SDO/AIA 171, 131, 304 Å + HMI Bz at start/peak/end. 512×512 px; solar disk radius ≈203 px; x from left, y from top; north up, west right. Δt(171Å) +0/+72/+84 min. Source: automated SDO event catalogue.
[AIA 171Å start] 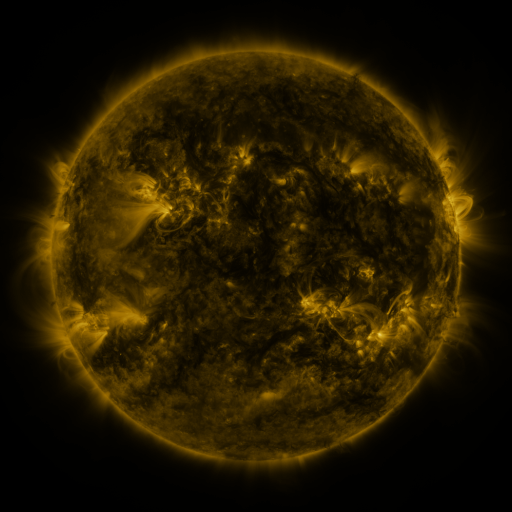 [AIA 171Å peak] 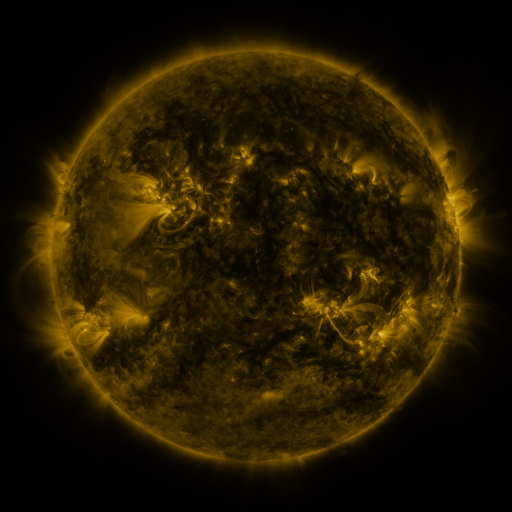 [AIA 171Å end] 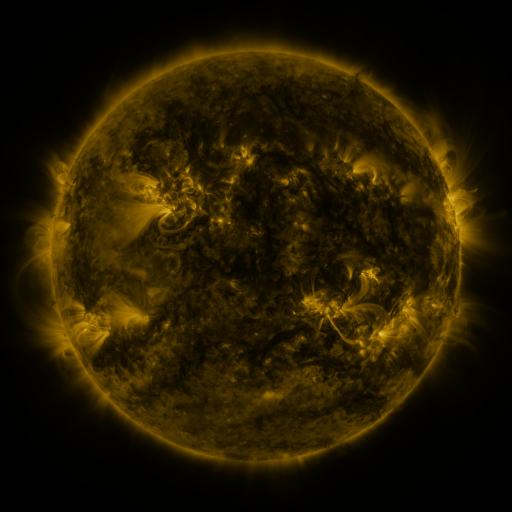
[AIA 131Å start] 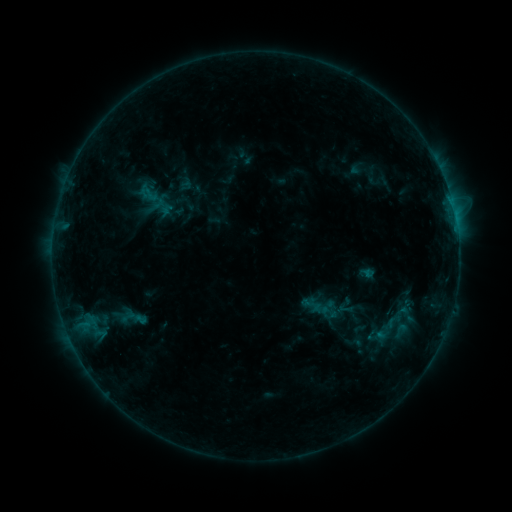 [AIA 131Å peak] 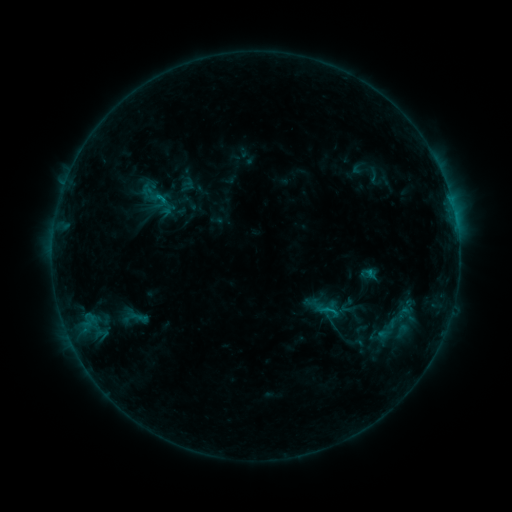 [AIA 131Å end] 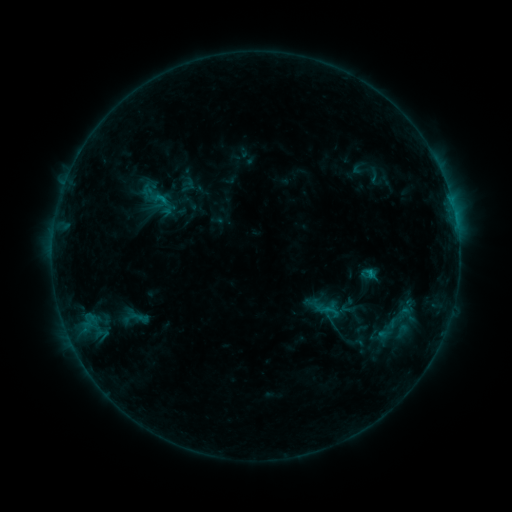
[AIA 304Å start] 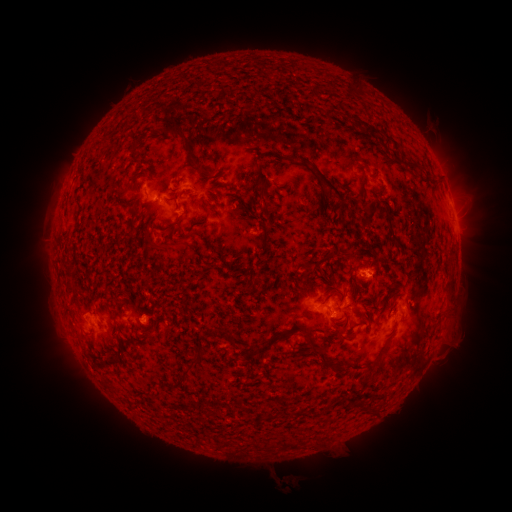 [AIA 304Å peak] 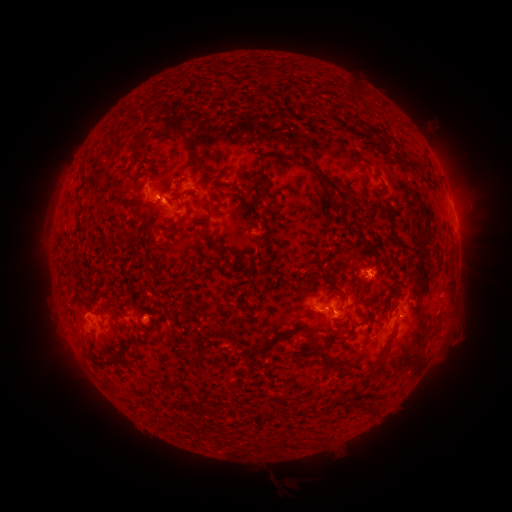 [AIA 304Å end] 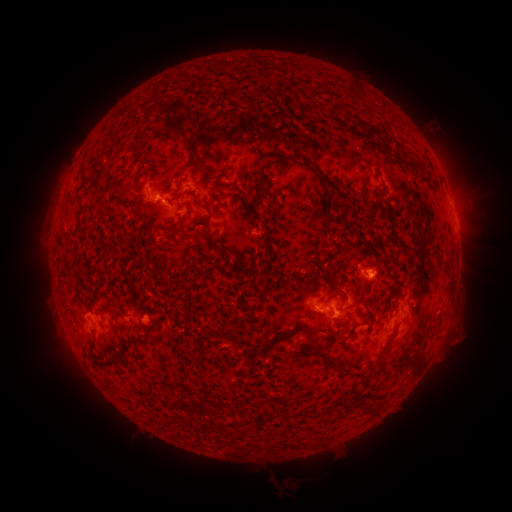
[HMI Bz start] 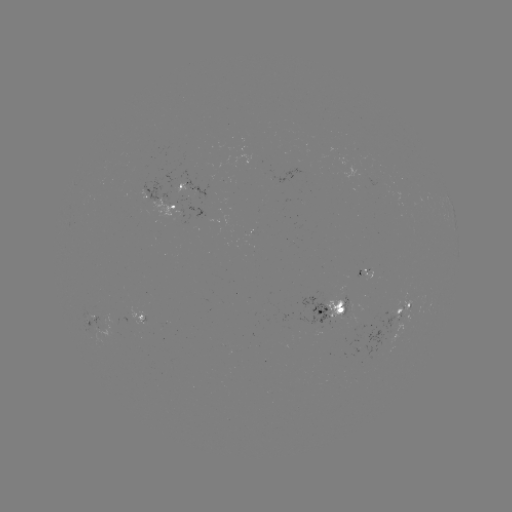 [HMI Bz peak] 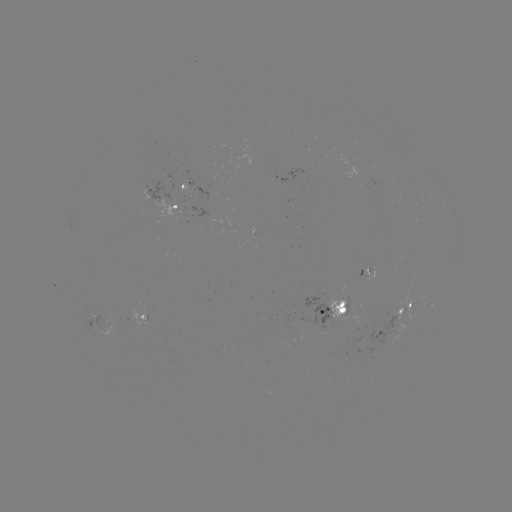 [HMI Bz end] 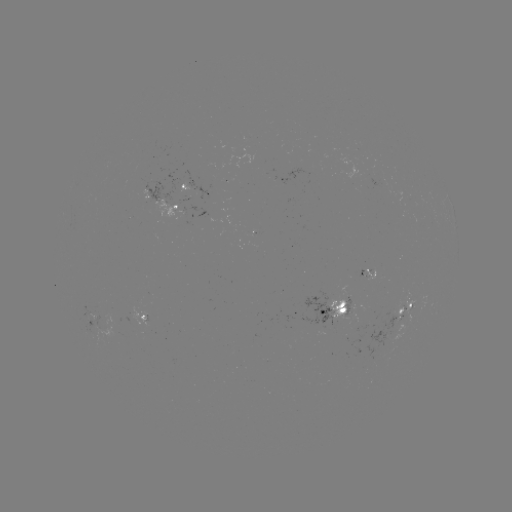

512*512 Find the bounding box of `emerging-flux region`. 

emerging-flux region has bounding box [90, 317, 126, 341].